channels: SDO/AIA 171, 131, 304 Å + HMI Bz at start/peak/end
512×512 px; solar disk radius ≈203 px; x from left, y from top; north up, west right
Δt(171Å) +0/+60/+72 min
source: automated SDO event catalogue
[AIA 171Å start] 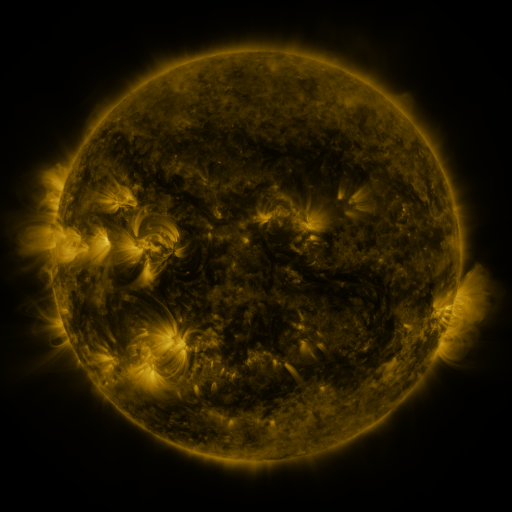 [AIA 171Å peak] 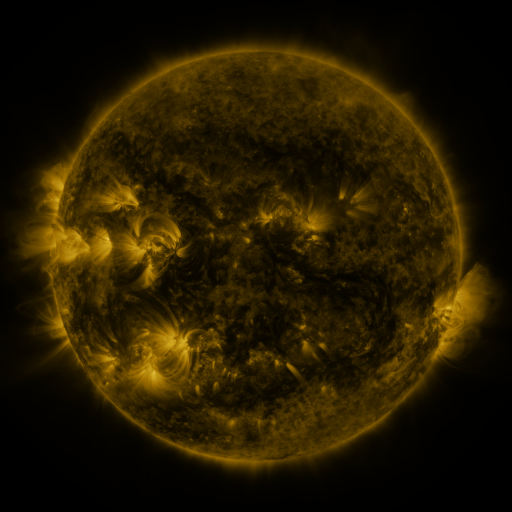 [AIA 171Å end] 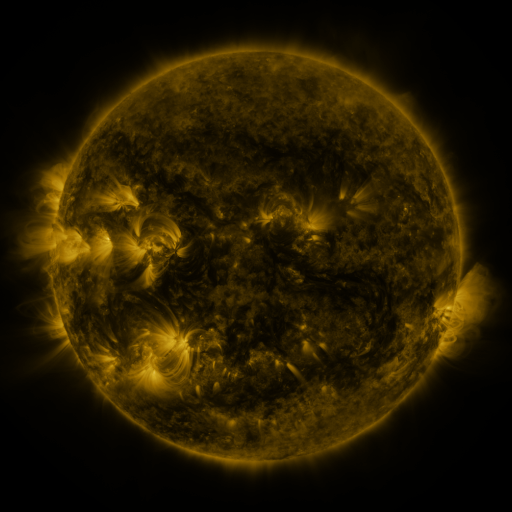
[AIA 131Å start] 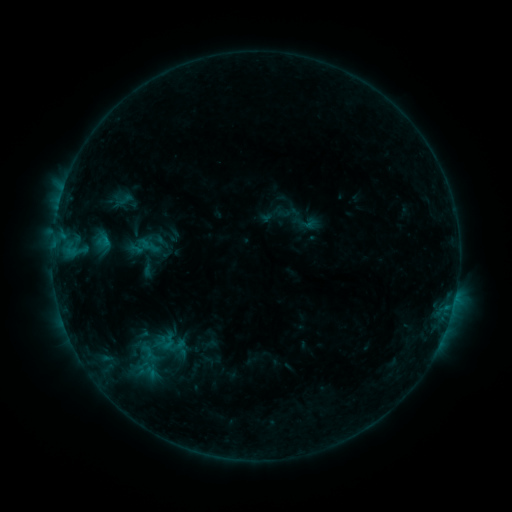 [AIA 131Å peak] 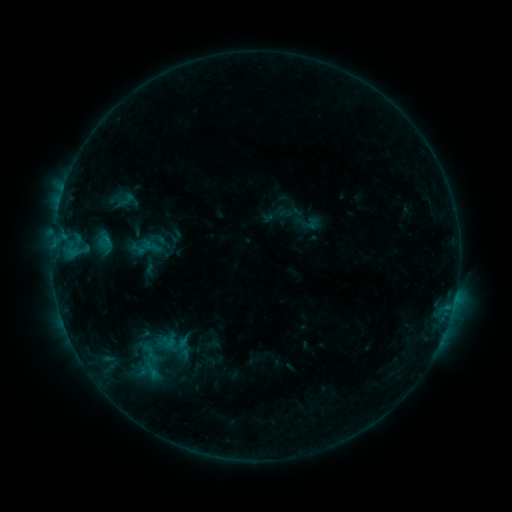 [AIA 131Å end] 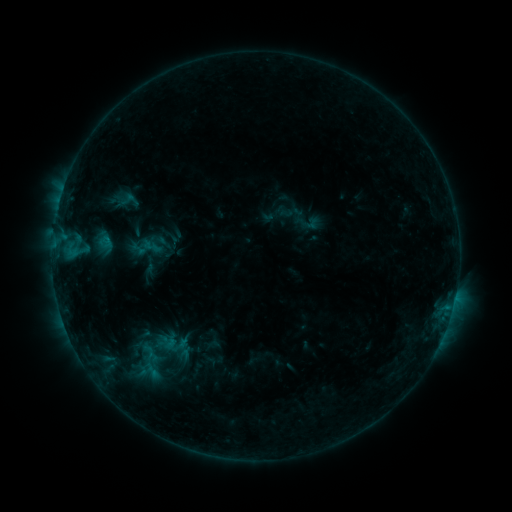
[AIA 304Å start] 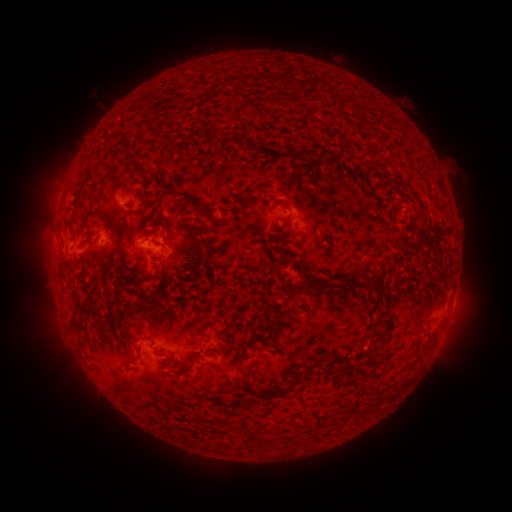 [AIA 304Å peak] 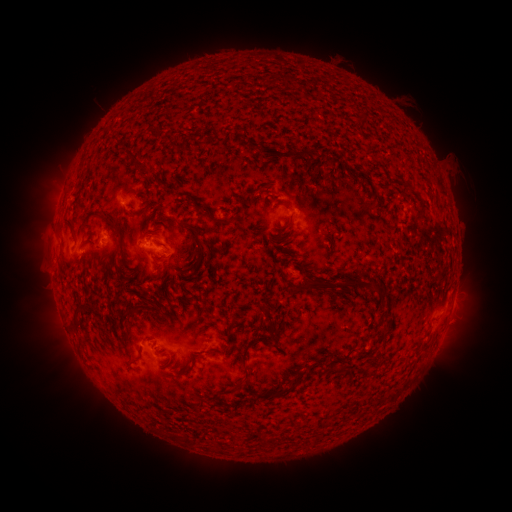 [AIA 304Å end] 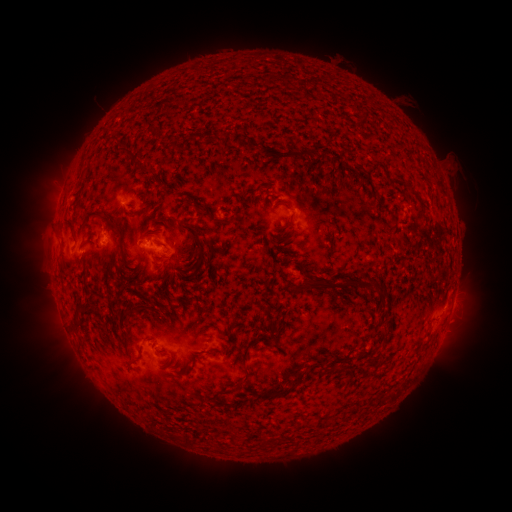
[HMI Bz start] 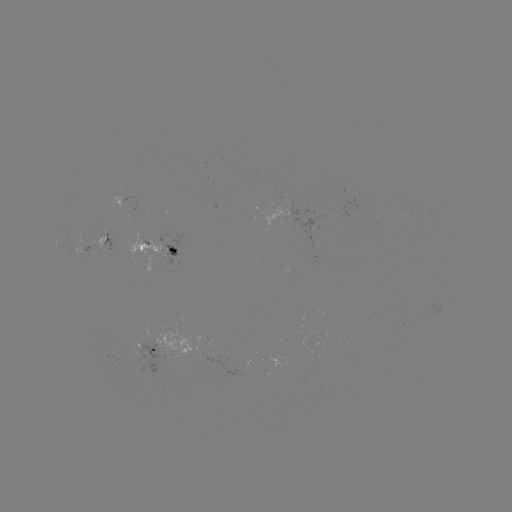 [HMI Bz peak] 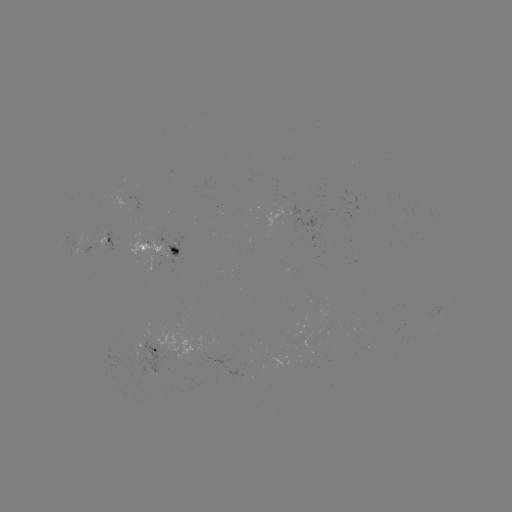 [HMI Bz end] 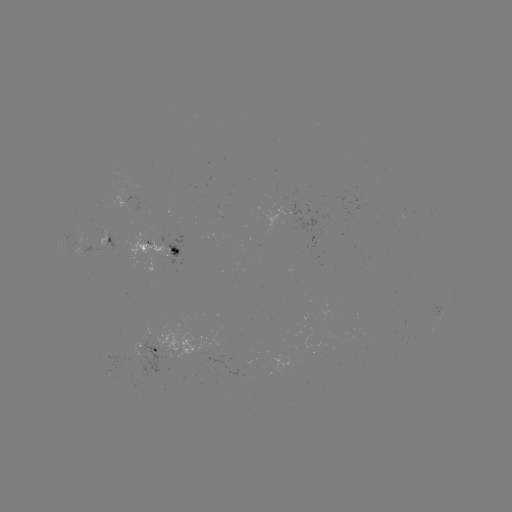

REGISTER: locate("emerging-flux region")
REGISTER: [294, 219]